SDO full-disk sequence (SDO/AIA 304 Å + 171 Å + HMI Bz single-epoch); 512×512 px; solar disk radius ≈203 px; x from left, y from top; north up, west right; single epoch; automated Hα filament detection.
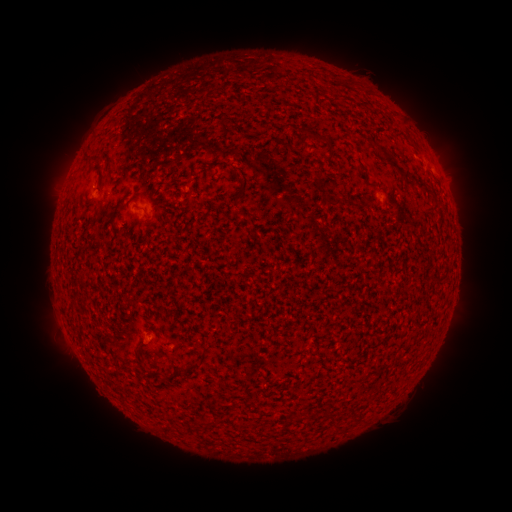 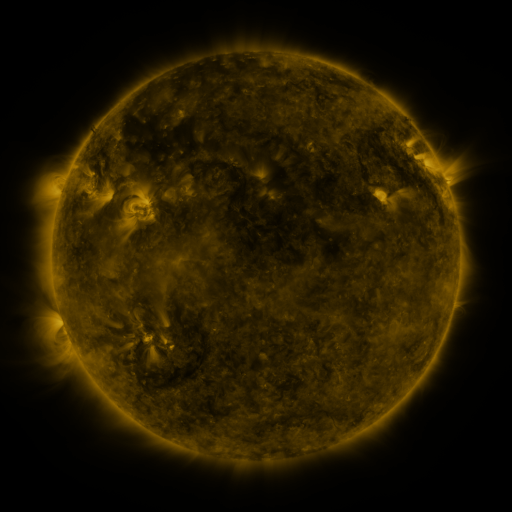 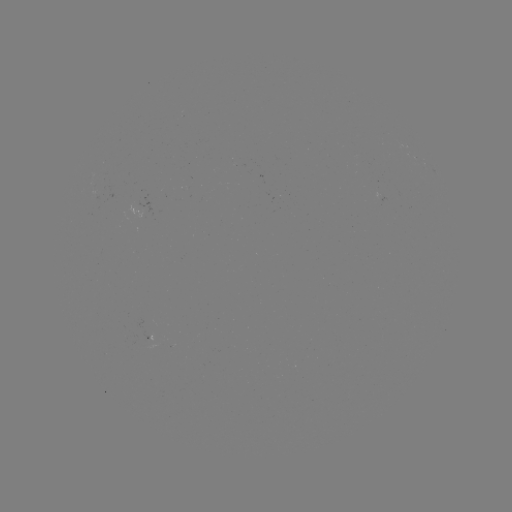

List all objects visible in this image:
filament: (313, 136)
filament: (96, 159)
filament: (392, 161)
filament: (412, 186)
filament: (239, 195)
filament: (333, 204)
filament: (118, 210)
filament: (188, 368)
filament: (332, 419)
